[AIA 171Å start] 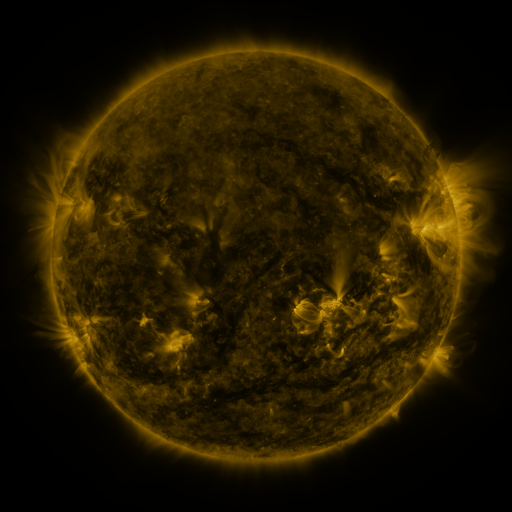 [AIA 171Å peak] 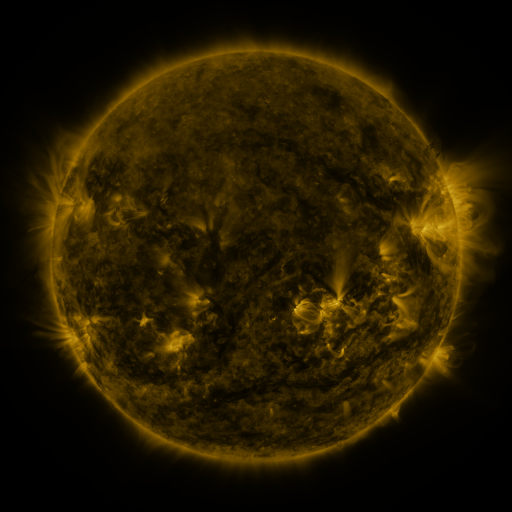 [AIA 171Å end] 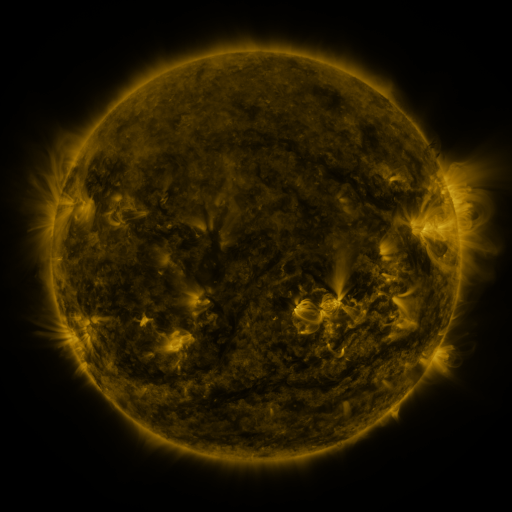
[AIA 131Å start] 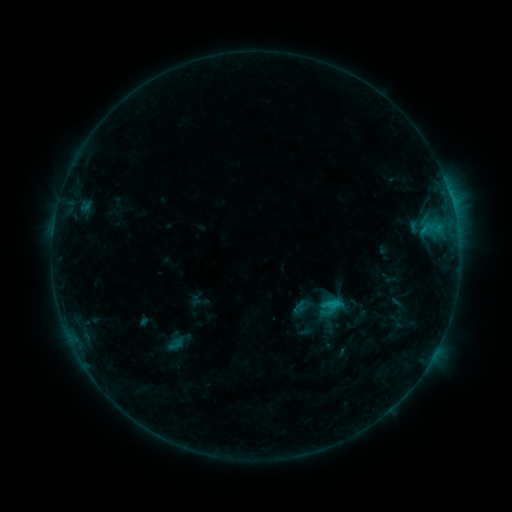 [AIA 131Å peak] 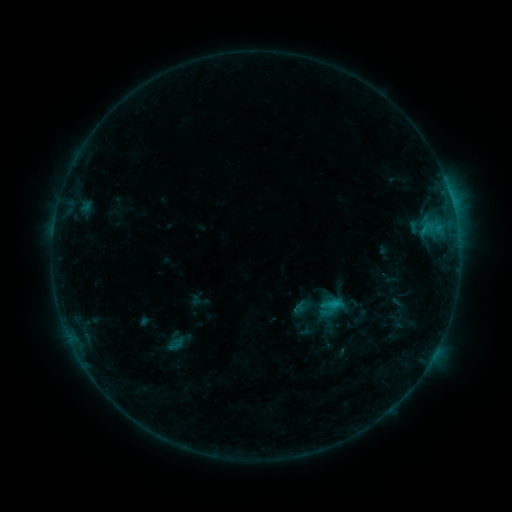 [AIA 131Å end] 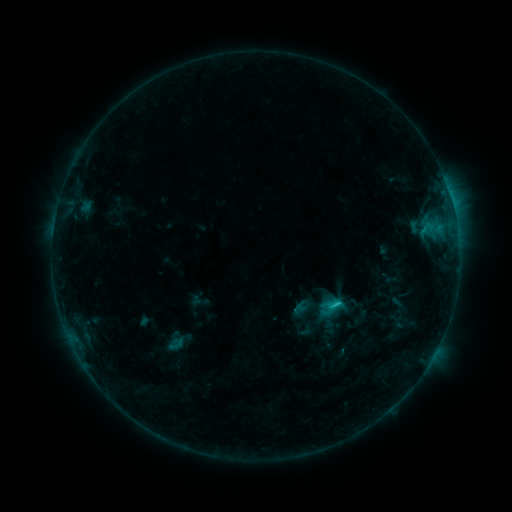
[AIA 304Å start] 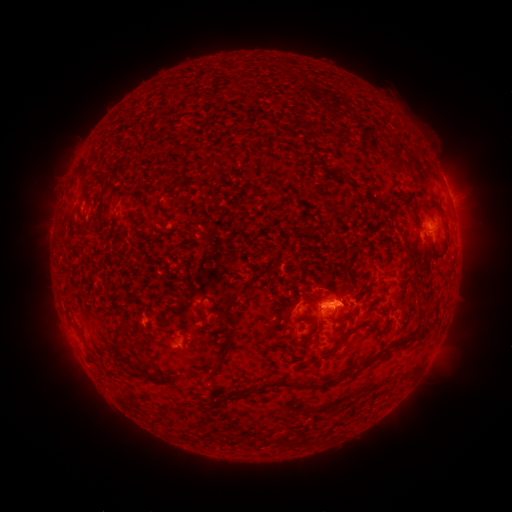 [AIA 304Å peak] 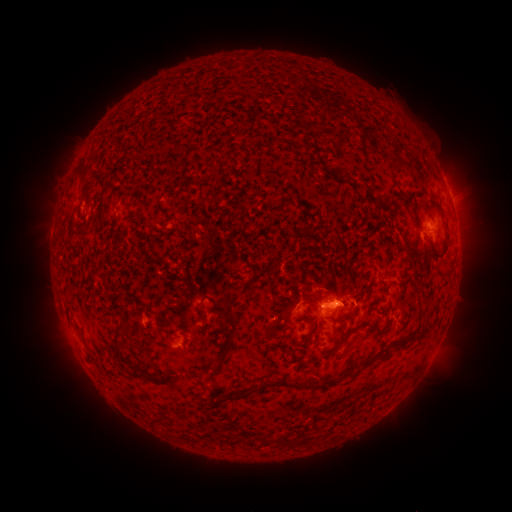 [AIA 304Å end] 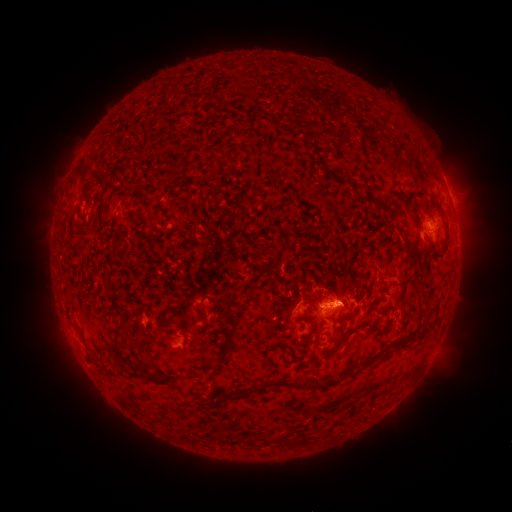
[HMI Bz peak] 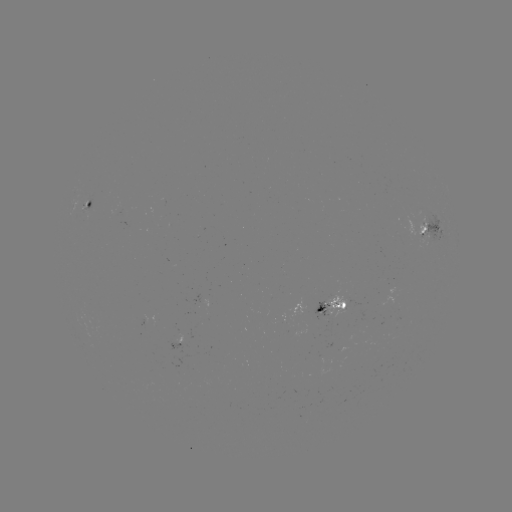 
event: flare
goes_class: C1.5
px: (333, 302)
